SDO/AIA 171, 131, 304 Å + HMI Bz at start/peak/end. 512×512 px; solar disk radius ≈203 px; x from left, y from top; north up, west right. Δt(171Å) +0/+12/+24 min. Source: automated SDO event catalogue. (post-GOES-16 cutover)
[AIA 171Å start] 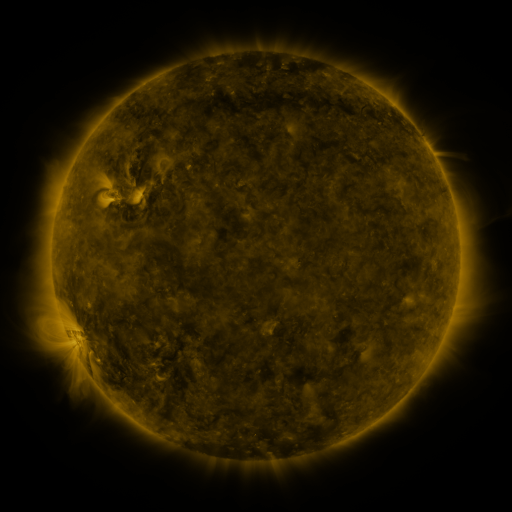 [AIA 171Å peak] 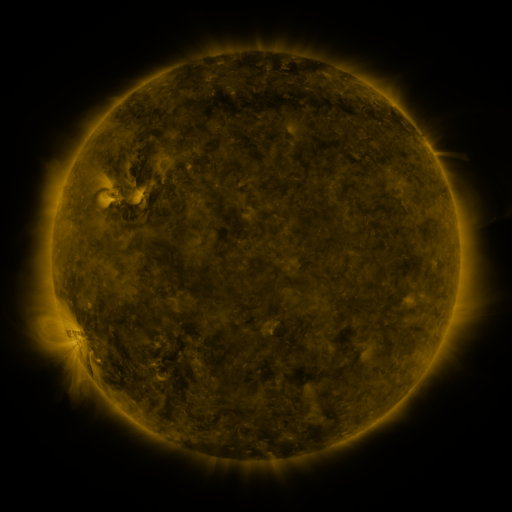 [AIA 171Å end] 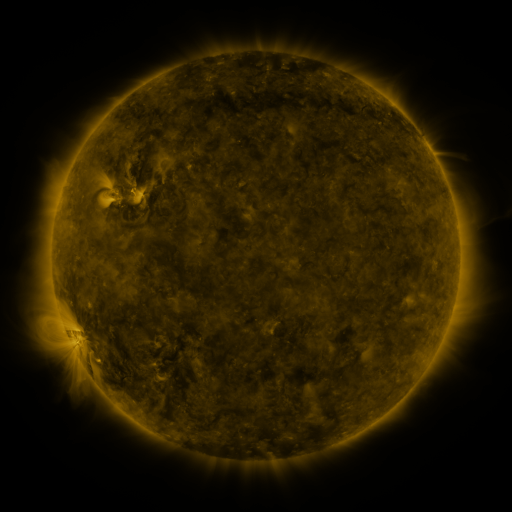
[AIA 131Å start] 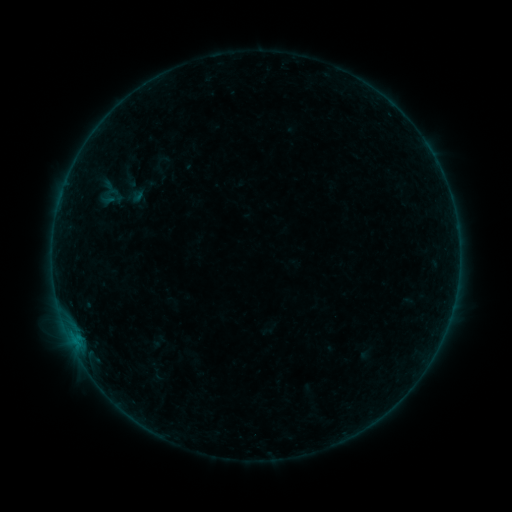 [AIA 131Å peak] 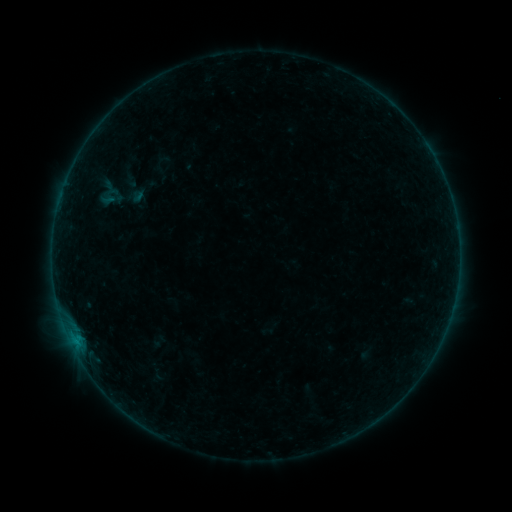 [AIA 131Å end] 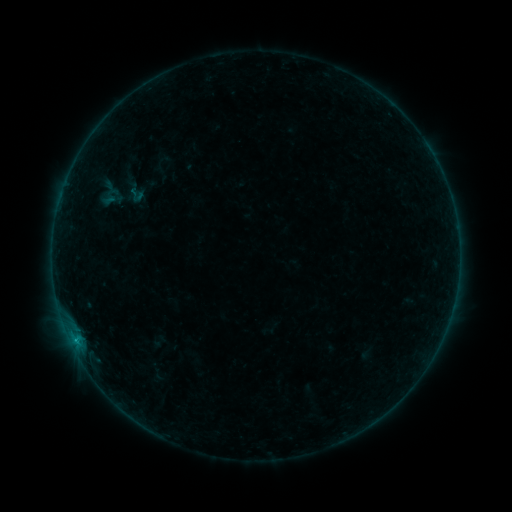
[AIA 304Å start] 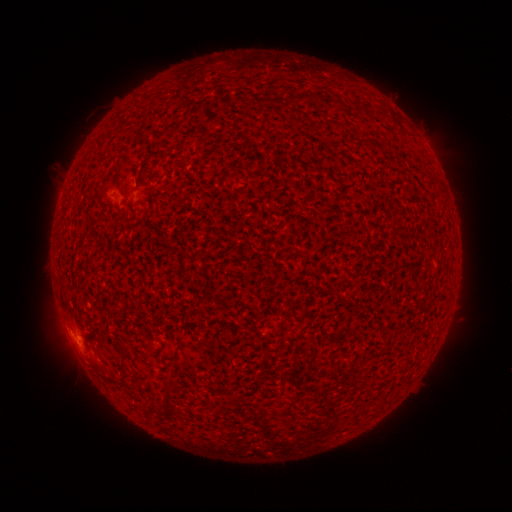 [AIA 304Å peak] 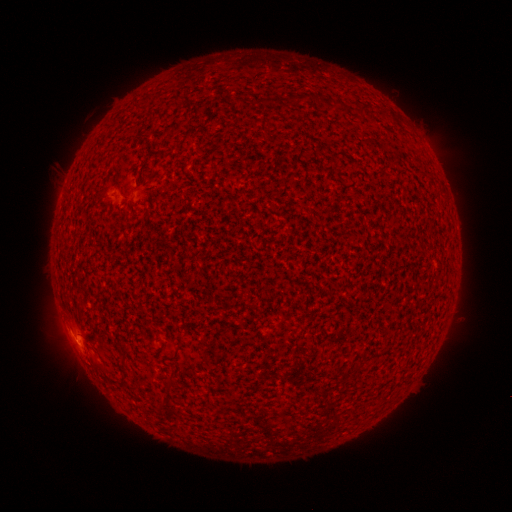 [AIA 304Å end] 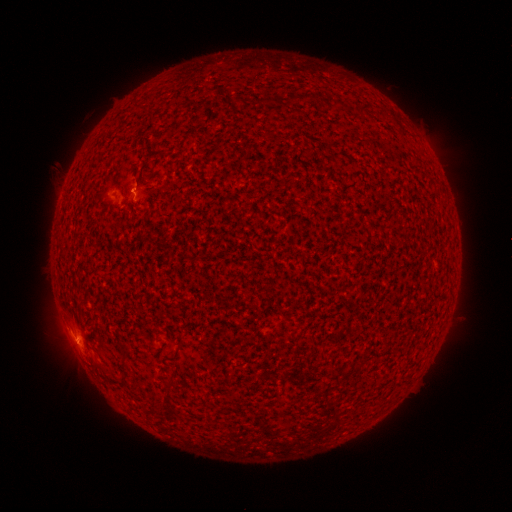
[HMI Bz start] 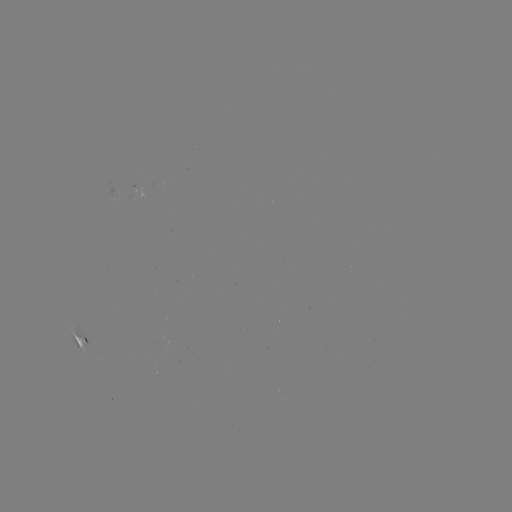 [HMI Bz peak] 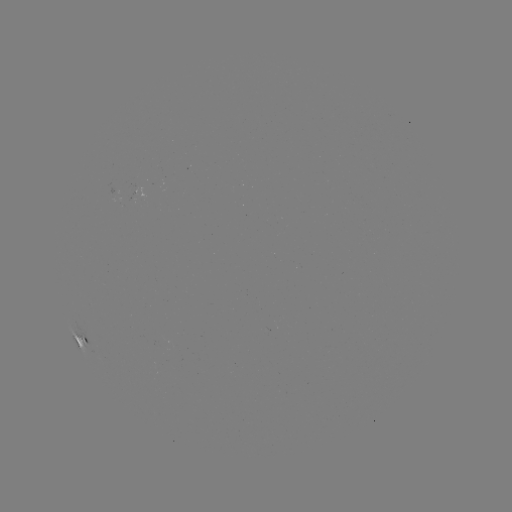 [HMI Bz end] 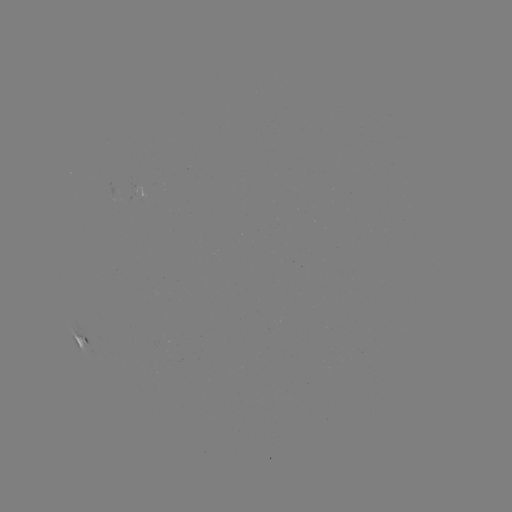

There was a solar flare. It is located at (78, 342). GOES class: B1.9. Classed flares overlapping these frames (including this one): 2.